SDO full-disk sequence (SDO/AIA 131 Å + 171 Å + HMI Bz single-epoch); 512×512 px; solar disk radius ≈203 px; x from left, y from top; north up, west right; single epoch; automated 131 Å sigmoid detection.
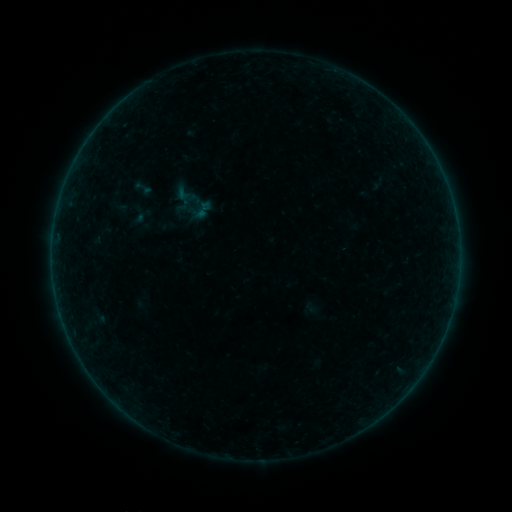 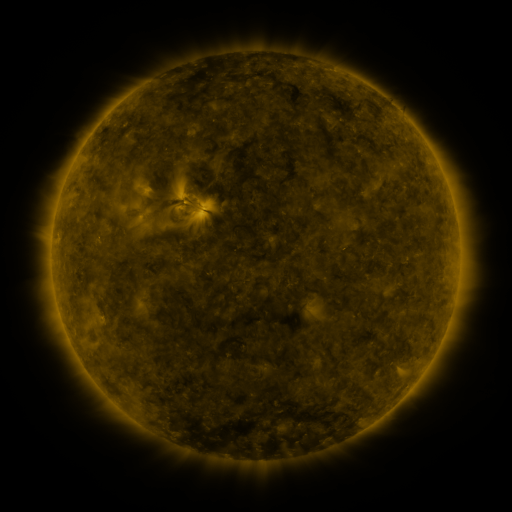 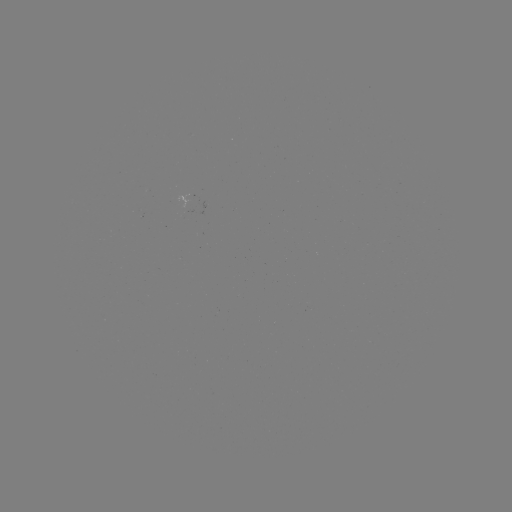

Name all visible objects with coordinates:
sigmoid: (203, 210)
